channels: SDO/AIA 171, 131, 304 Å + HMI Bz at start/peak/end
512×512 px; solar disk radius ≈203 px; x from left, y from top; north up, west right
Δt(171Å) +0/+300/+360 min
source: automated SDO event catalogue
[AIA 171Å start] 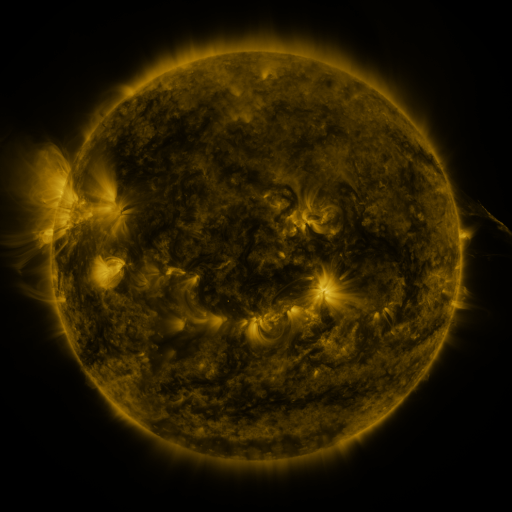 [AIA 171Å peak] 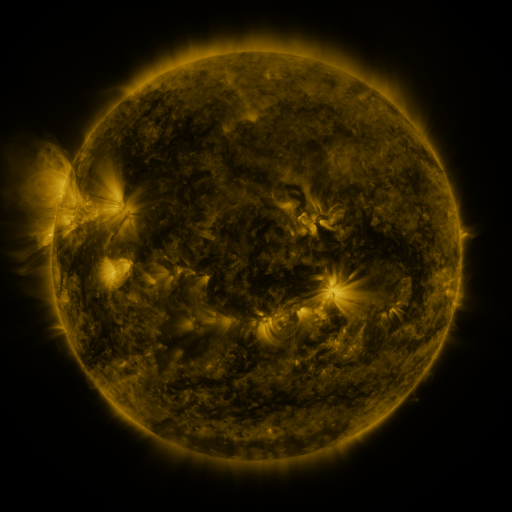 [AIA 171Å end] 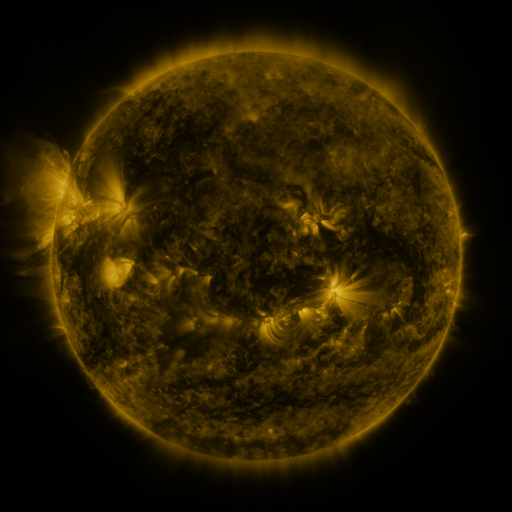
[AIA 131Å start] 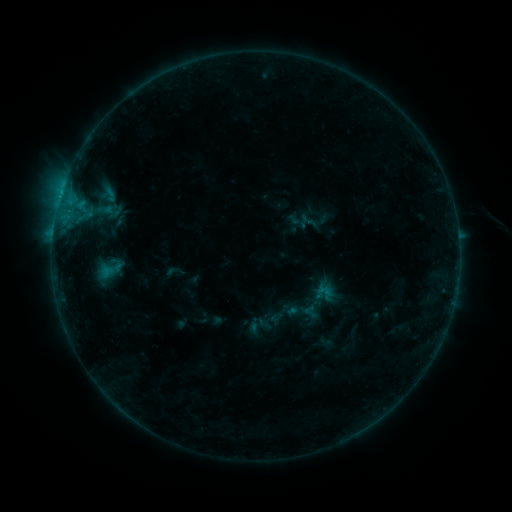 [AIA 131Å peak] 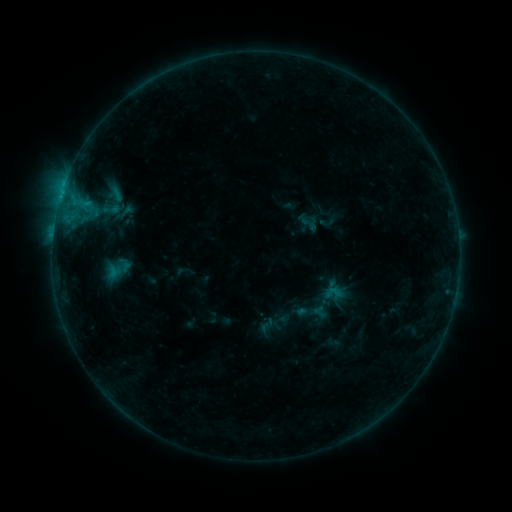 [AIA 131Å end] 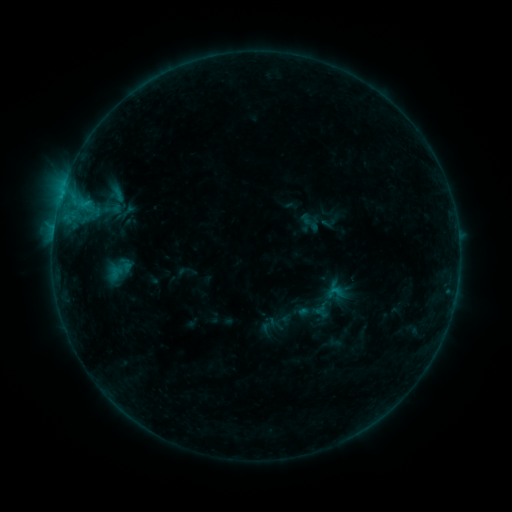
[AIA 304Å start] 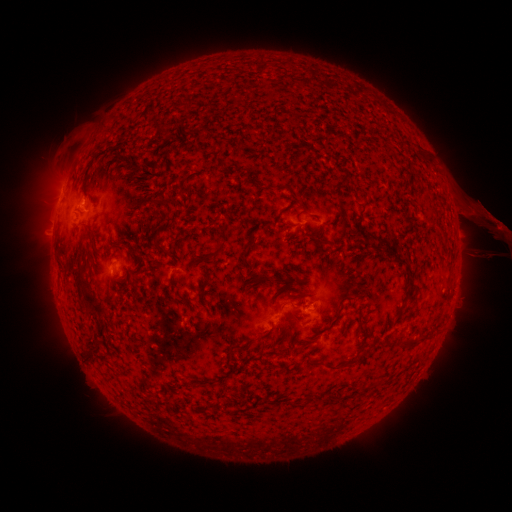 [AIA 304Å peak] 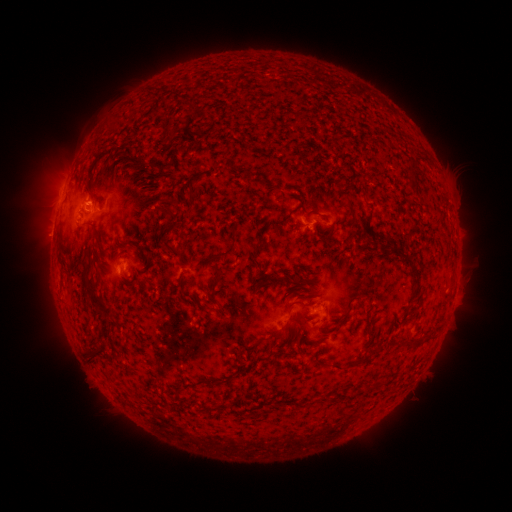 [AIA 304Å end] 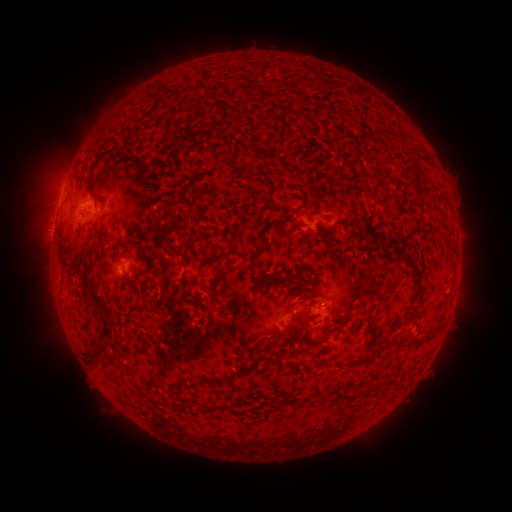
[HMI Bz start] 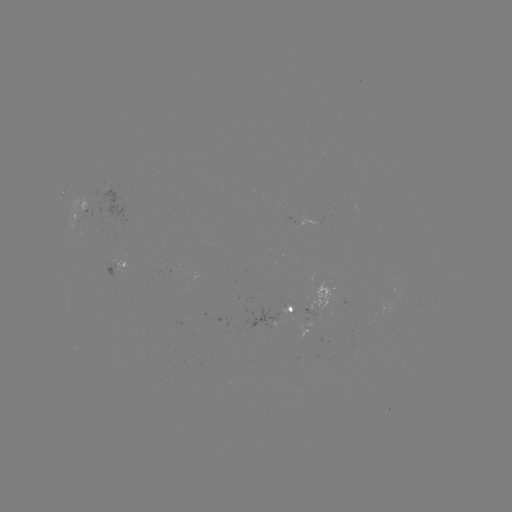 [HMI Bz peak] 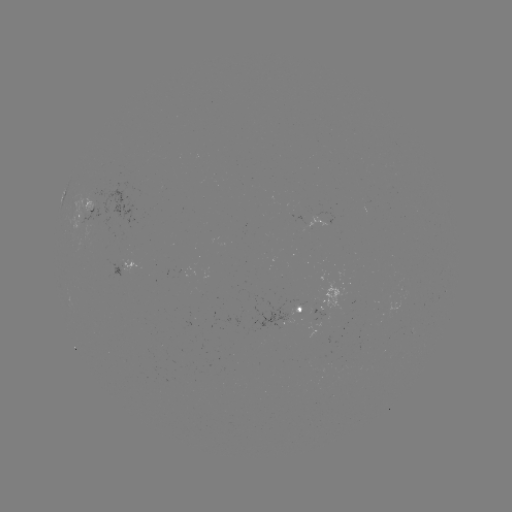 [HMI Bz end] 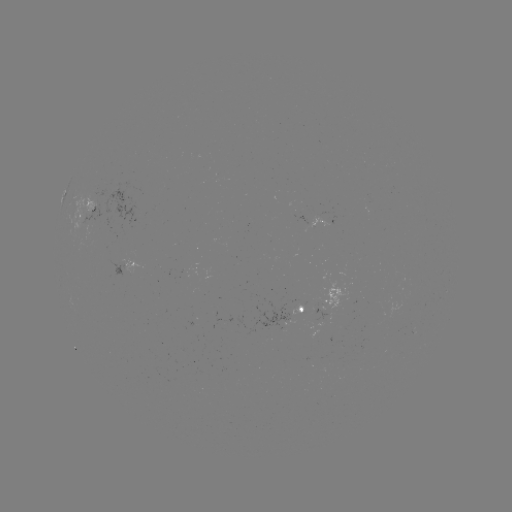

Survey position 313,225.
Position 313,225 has emerging-flux region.